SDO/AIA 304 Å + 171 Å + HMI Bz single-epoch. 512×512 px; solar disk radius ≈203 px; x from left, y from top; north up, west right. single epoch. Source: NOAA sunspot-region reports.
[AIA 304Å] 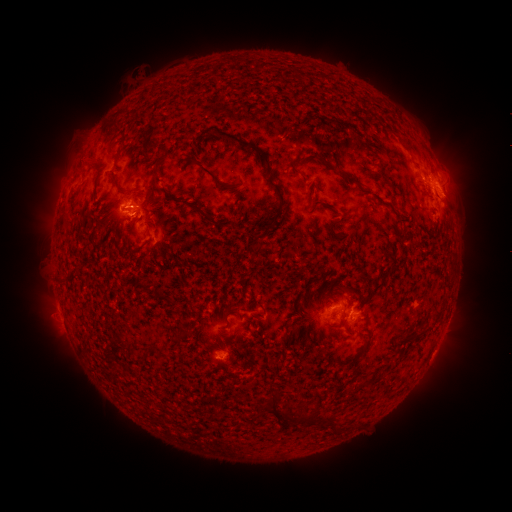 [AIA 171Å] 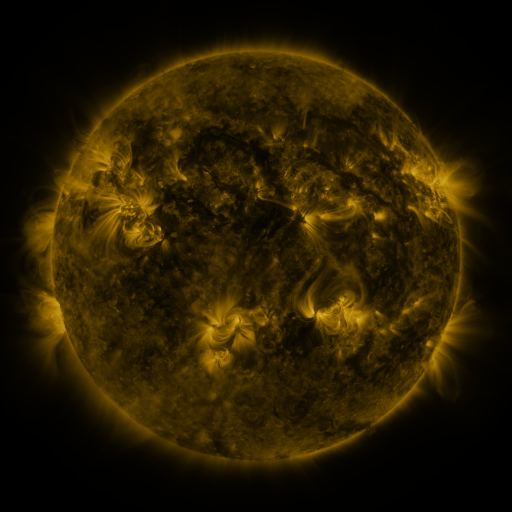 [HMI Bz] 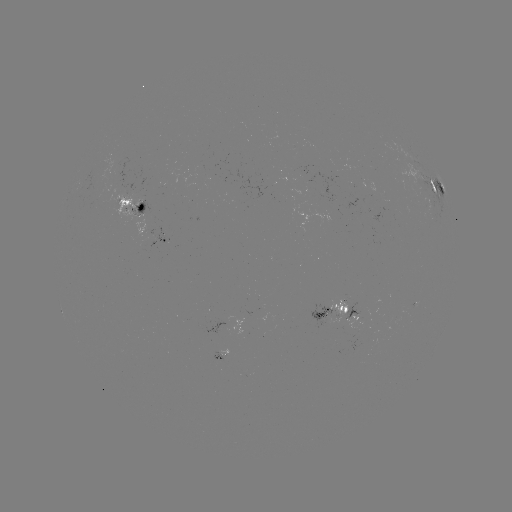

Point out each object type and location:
spotted active region: (440, 191)
spotted active region: (135, 208)
spotted active region: (169, 239)
spotted active region: (347, 313)
spotted active region: (325, 316)
